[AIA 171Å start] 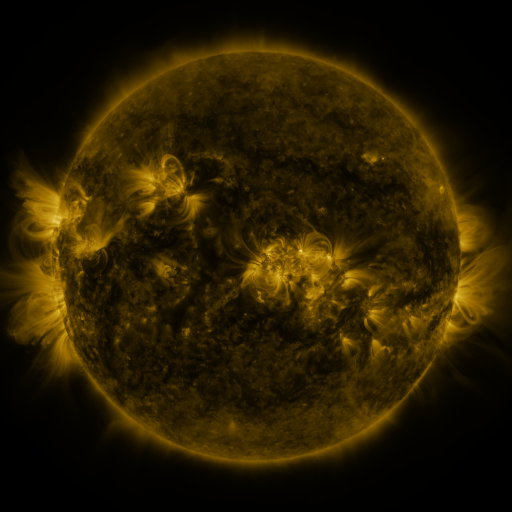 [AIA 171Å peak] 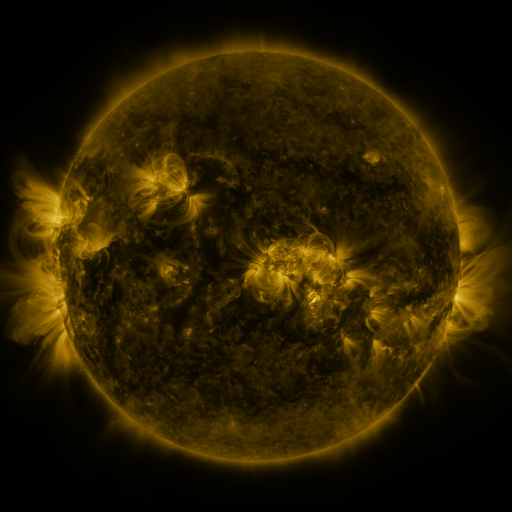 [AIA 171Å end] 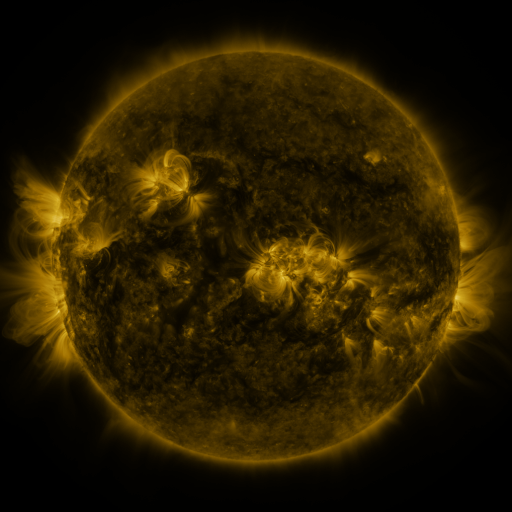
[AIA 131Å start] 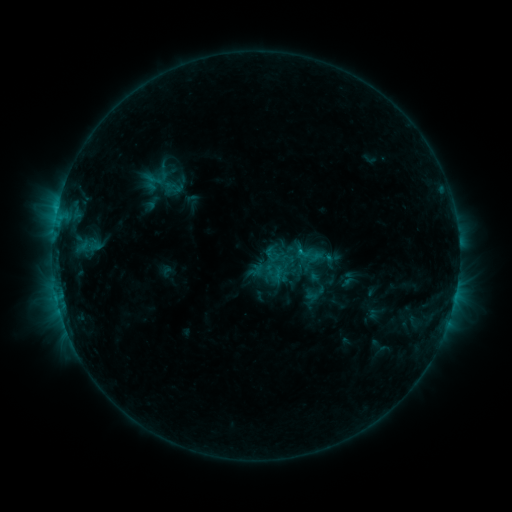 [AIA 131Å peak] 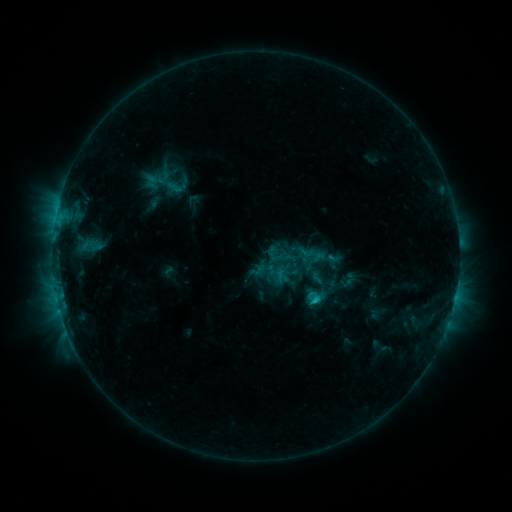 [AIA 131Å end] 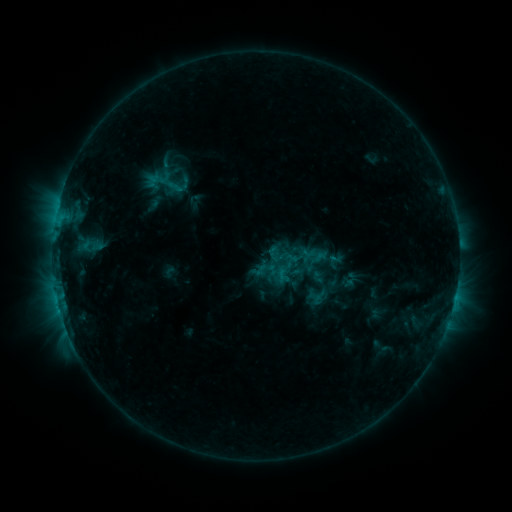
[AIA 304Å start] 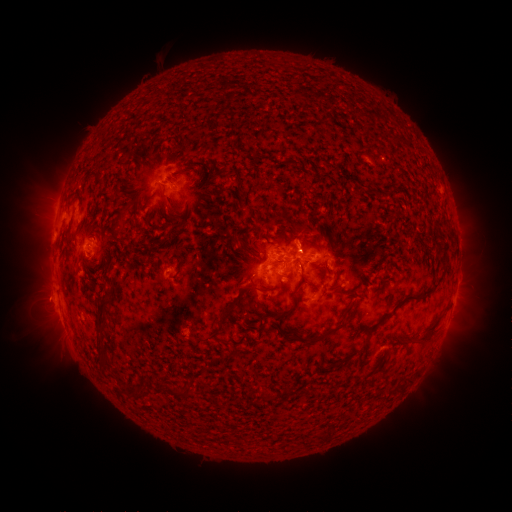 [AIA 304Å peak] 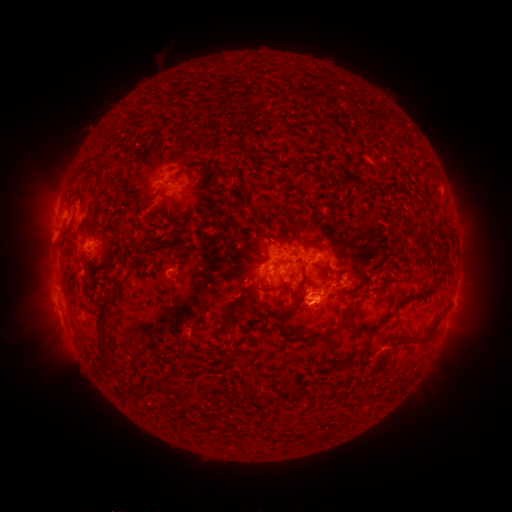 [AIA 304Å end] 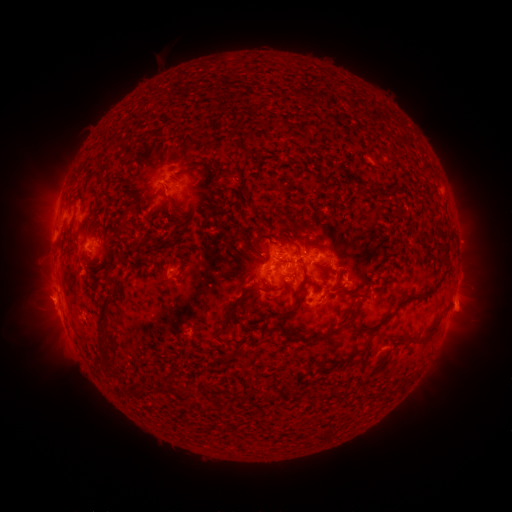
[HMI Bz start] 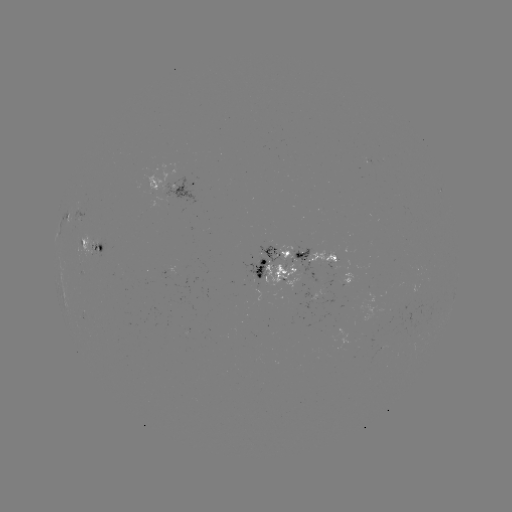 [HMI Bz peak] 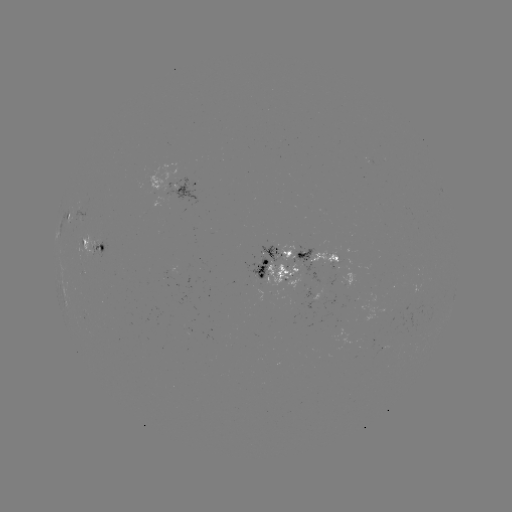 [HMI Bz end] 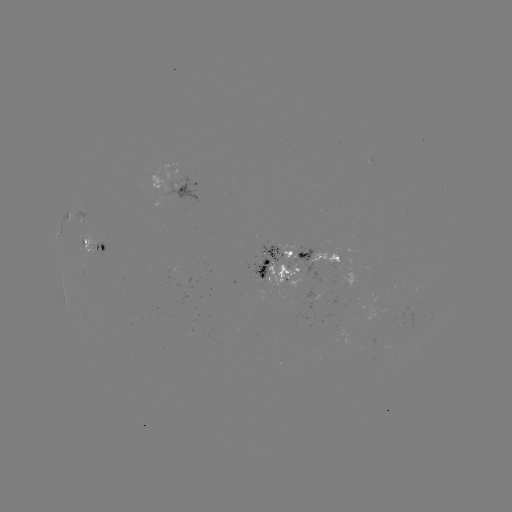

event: emerging-flux region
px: (171, 272)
